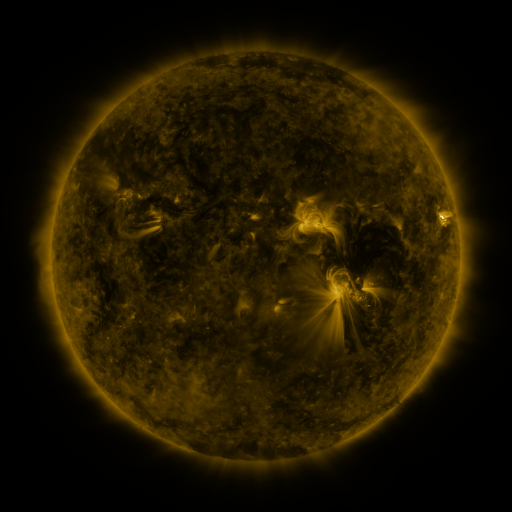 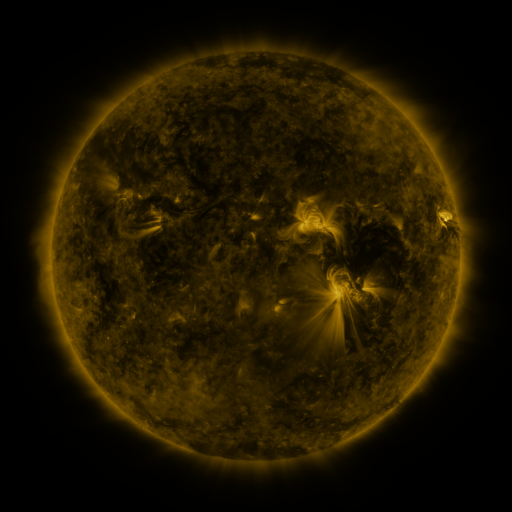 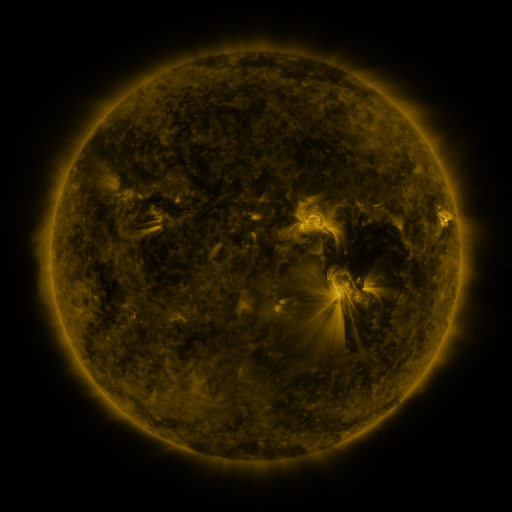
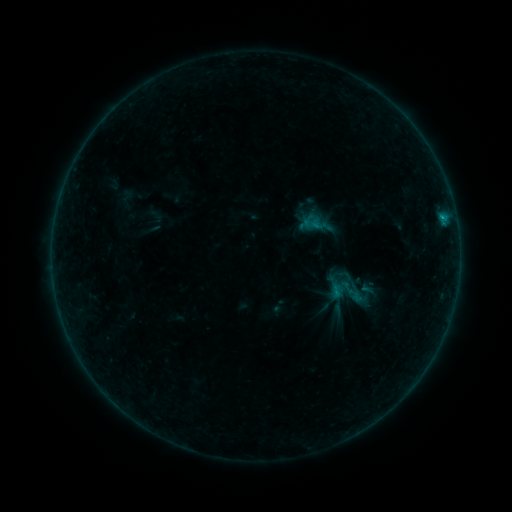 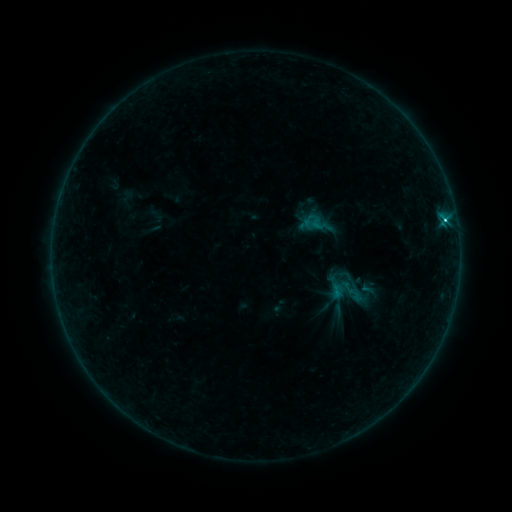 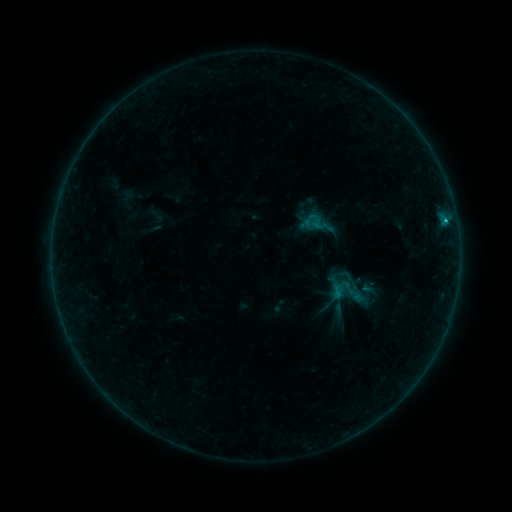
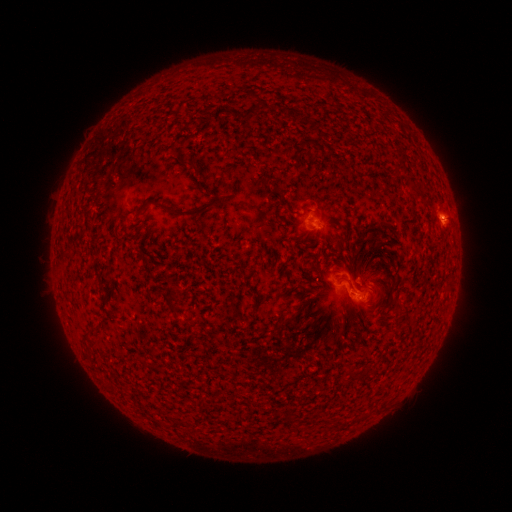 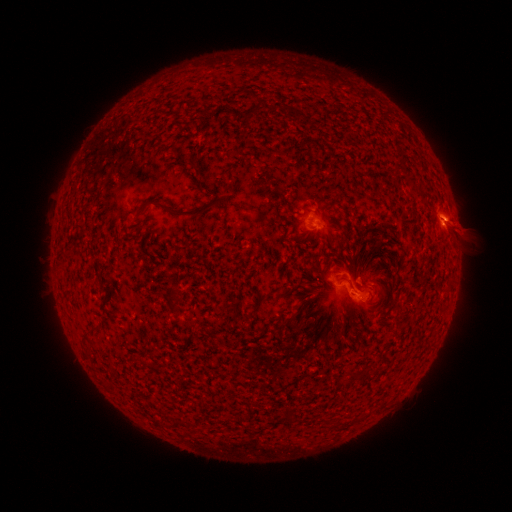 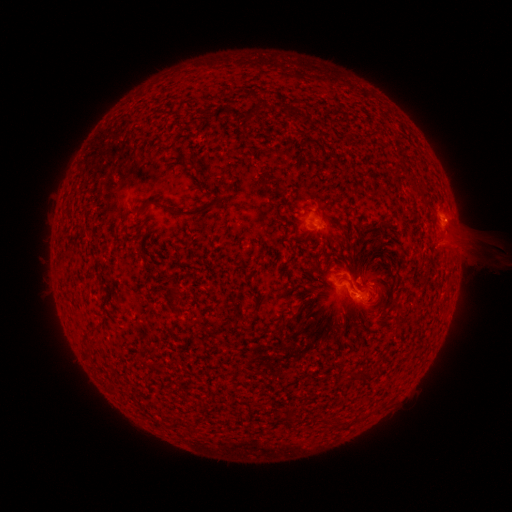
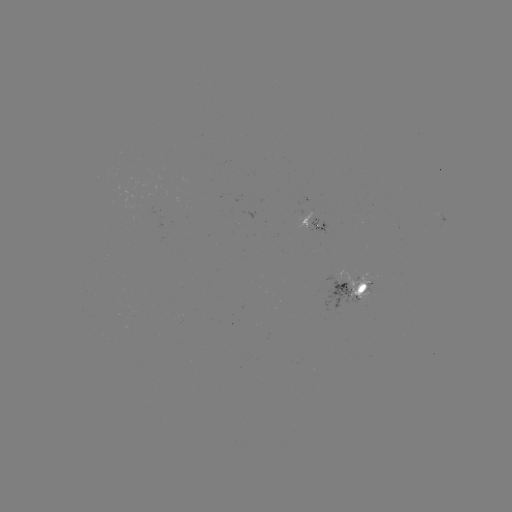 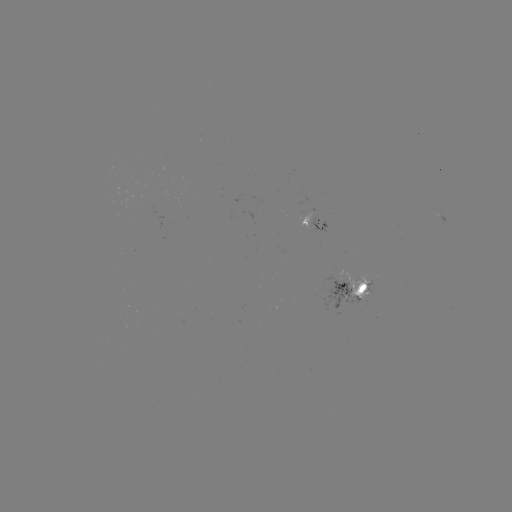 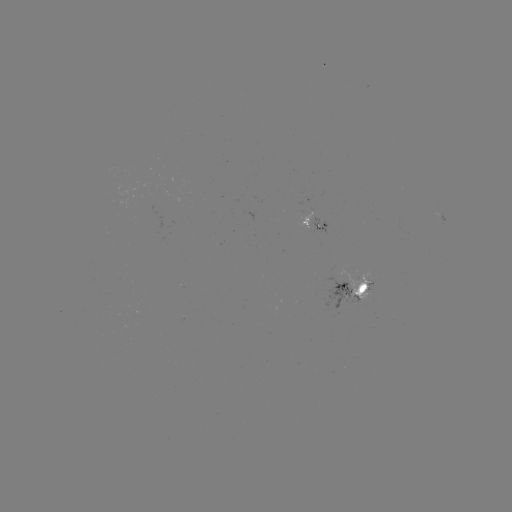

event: eruption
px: (453, 228)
